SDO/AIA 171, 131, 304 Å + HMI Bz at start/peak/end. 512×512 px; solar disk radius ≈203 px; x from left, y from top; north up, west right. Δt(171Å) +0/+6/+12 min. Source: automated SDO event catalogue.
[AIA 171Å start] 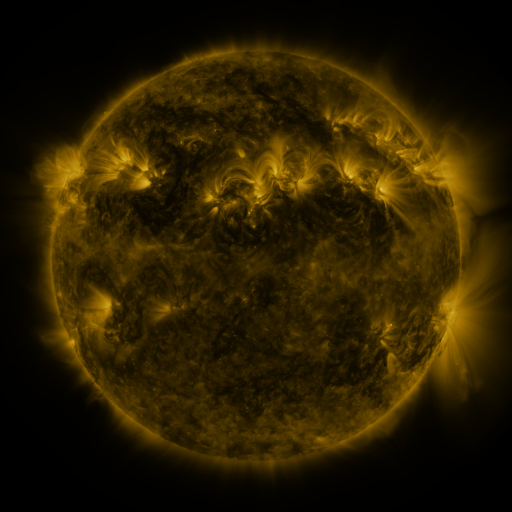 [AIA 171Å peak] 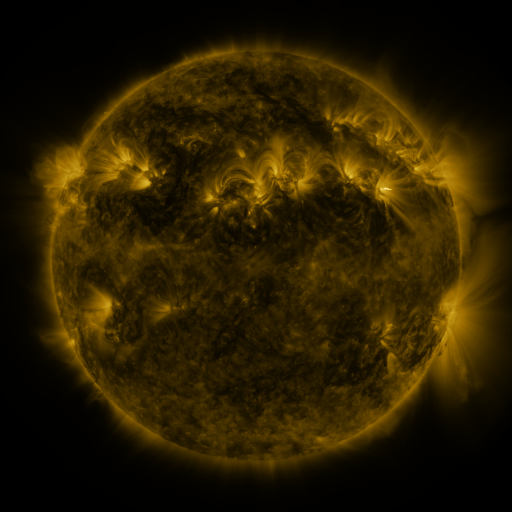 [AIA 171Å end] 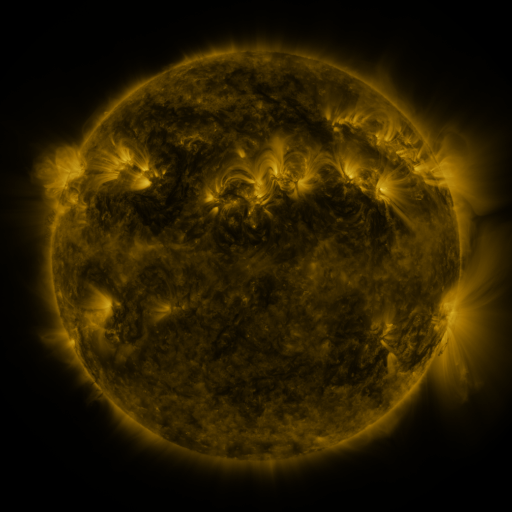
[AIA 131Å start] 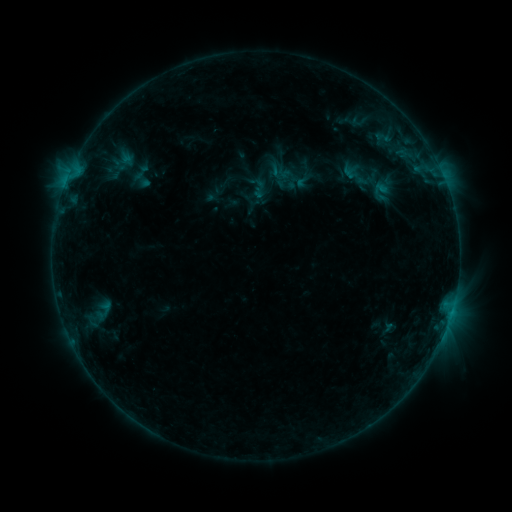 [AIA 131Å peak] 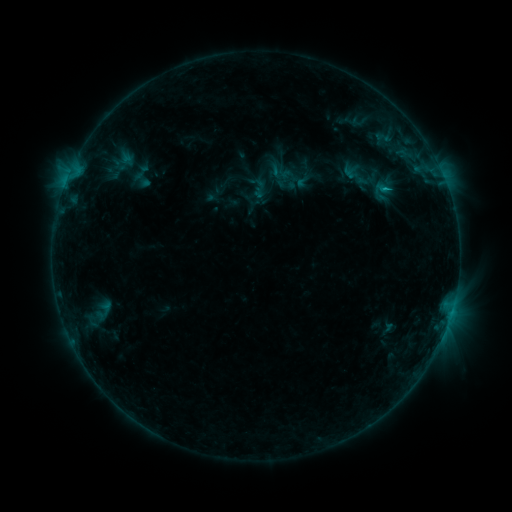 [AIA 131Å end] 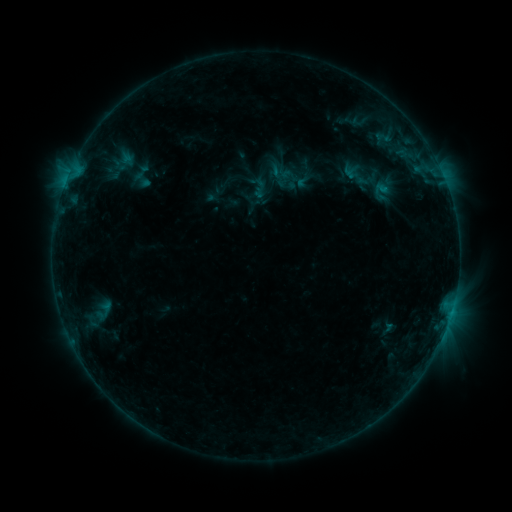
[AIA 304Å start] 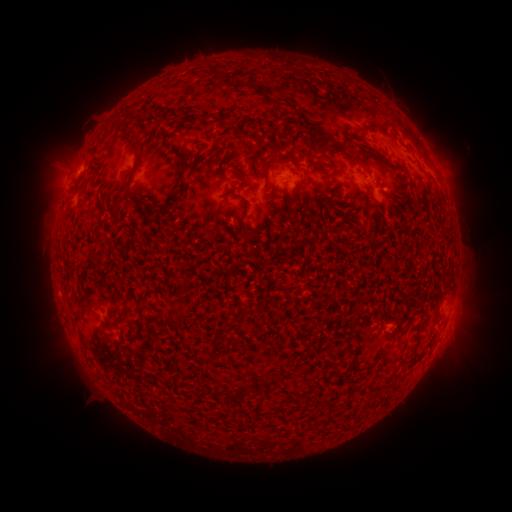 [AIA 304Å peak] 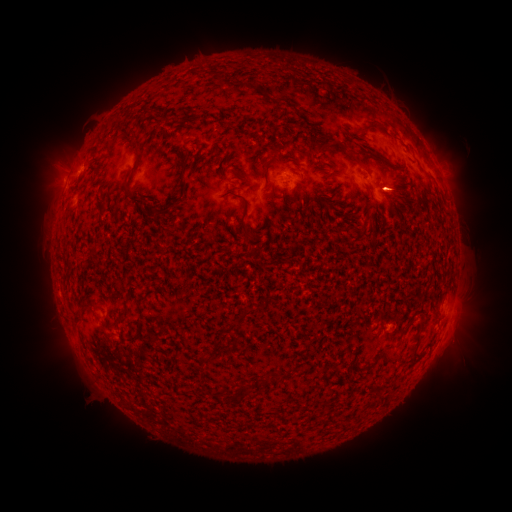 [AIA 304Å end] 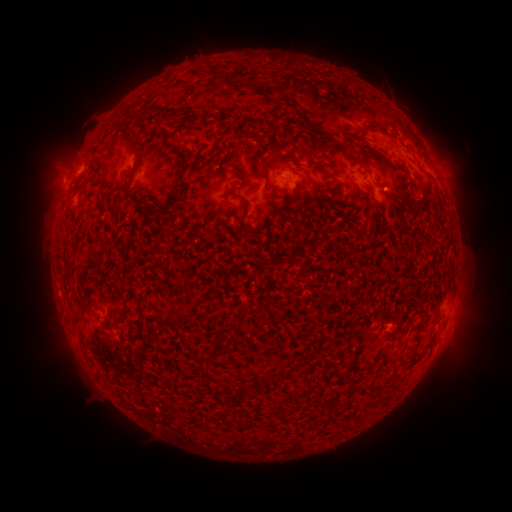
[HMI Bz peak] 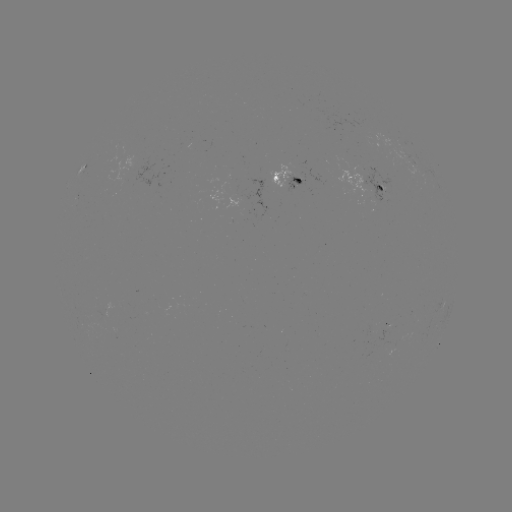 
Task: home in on B5.5 flare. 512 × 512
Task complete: [383, 190].